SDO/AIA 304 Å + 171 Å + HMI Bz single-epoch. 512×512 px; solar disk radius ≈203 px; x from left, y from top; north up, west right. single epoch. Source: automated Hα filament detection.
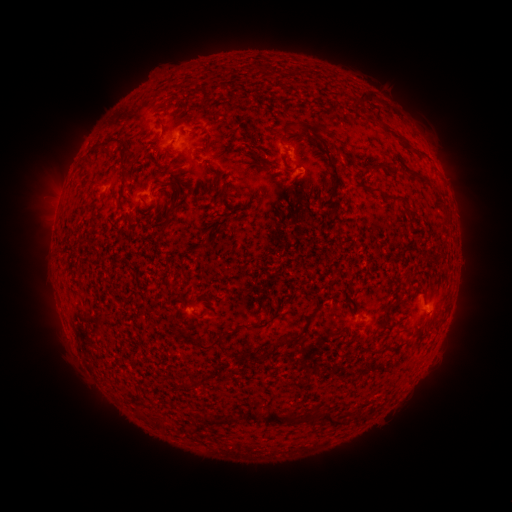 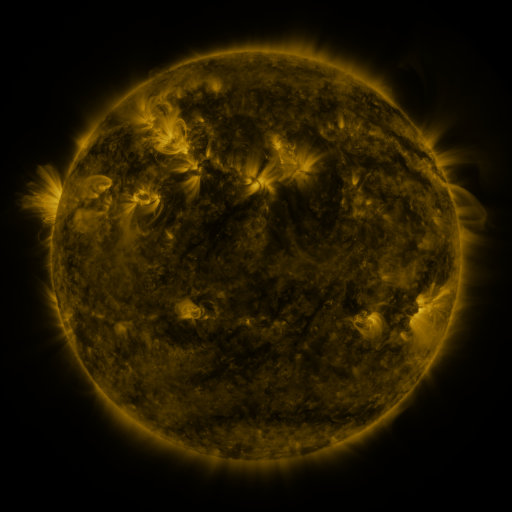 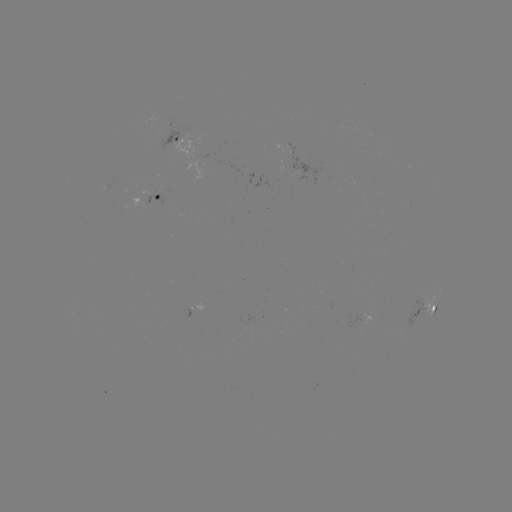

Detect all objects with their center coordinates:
filament: (364, 97)
filament: (306, 125)
filament: (125, 149)
filament: (175, 185)
filament: (375, 191)
filament: (392, 199)
filament: (203, 245)
filament: (404, 307)
filament: (261, 326)
filament: (274, 347)
filament: (205, 348)
filament: (272, 418)
filament: (327, 419)
